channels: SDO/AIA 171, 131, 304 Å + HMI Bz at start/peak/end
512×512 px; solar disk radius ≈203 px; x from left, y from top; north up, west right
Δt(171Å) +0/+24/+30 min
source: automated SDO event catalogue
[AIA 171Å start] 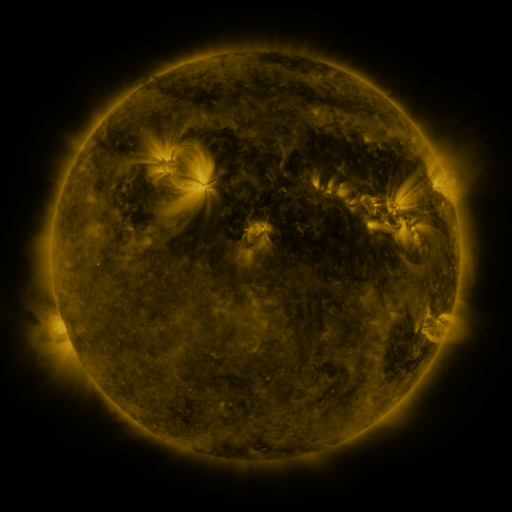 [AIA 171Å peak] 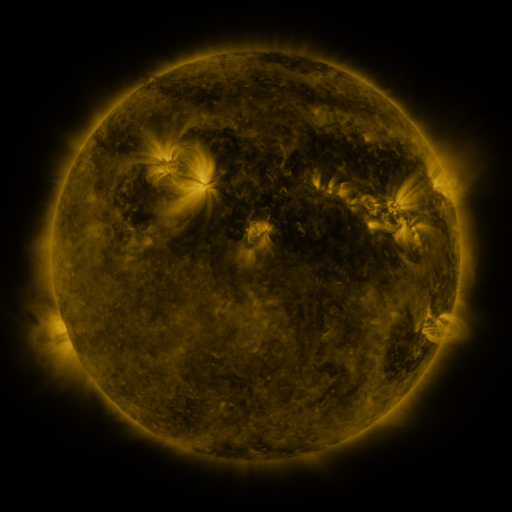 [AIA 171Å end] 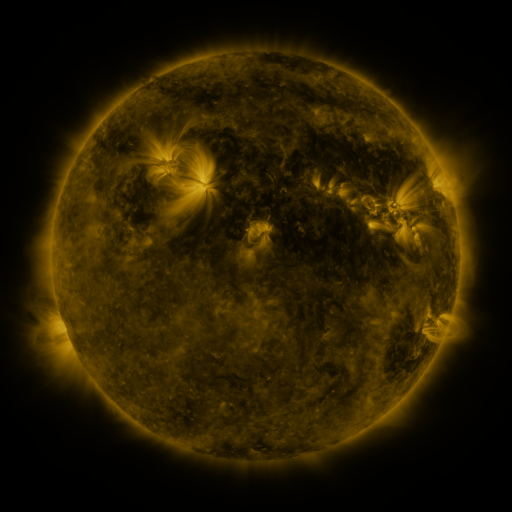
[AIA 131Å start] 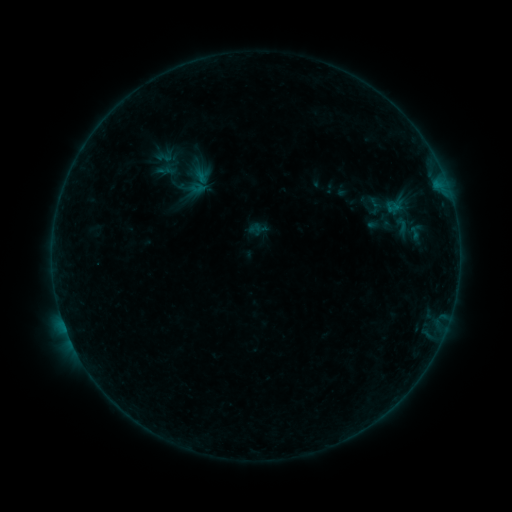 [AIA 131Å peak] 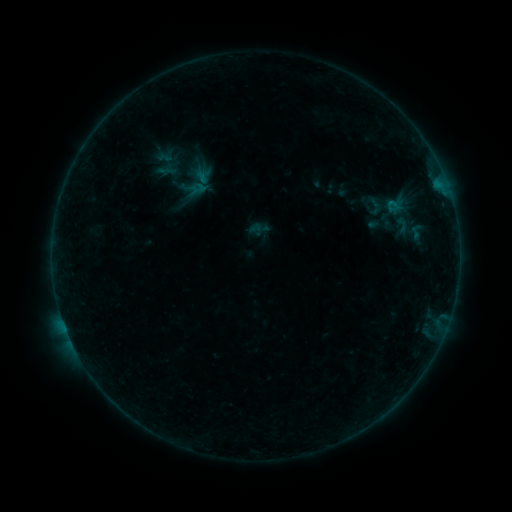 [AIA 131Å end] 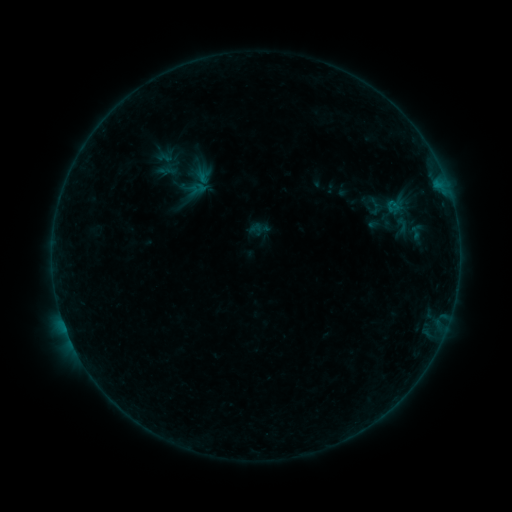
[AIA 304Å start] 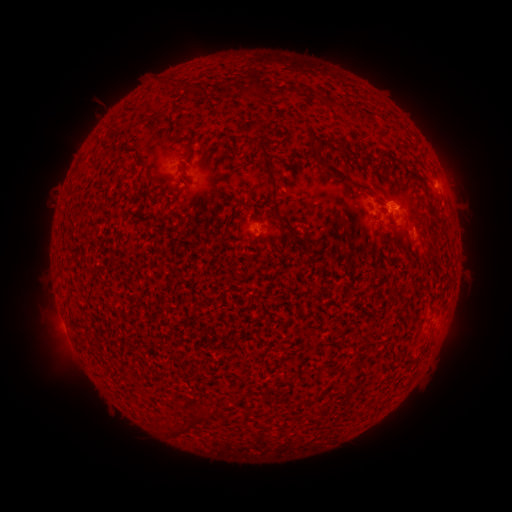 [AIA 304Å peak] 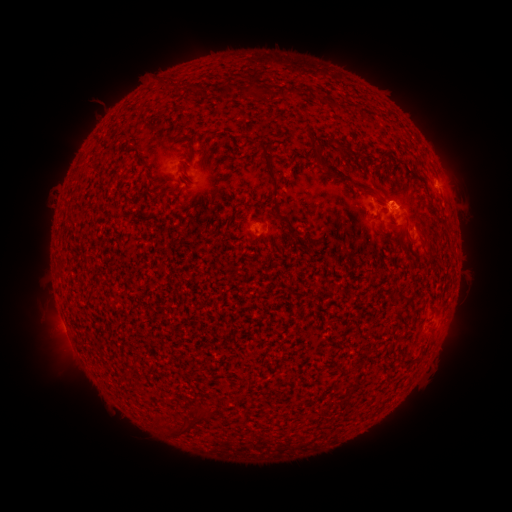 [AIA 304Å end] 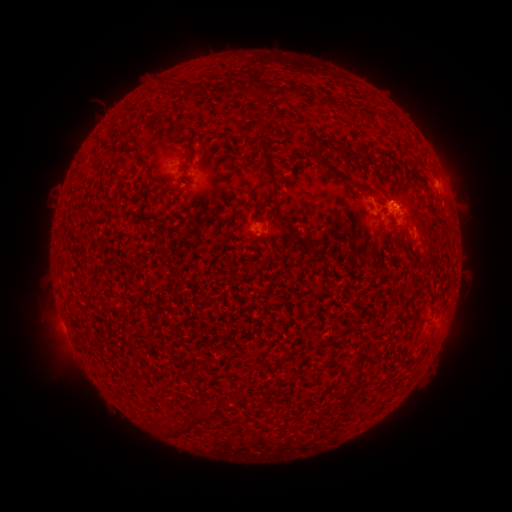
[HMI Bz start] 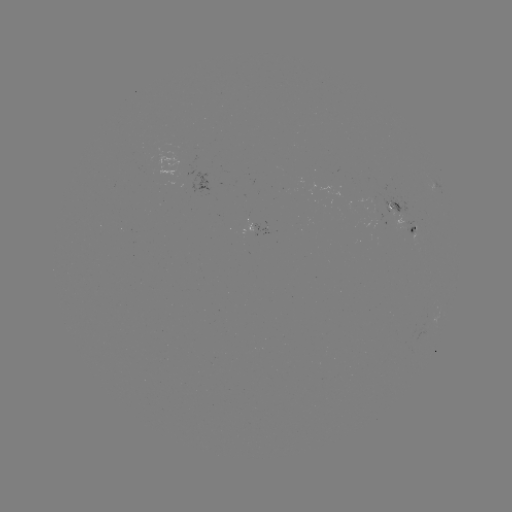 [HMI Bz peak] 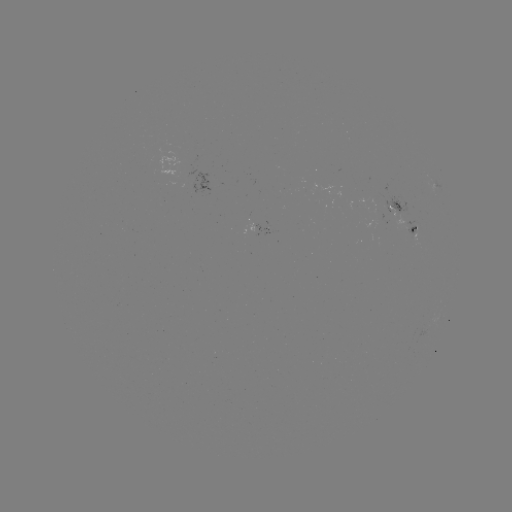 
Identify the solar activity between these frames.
B2.2 flare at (392, 205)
